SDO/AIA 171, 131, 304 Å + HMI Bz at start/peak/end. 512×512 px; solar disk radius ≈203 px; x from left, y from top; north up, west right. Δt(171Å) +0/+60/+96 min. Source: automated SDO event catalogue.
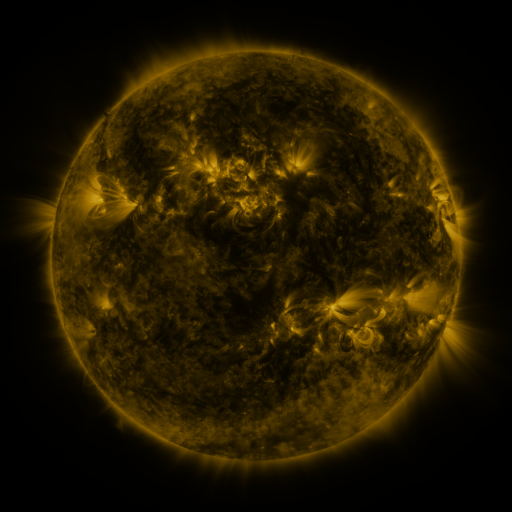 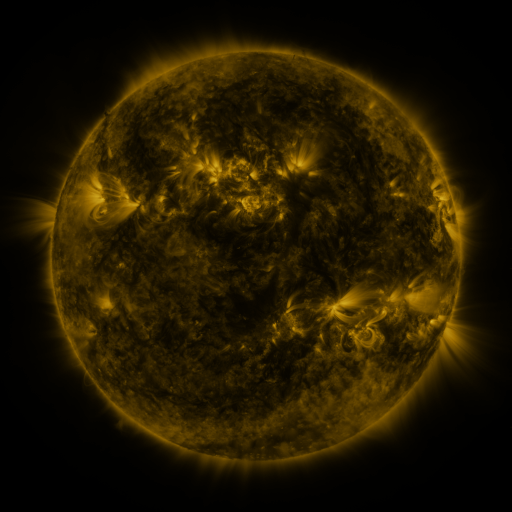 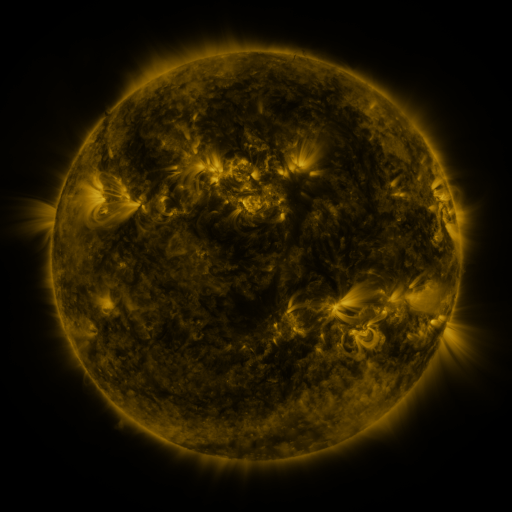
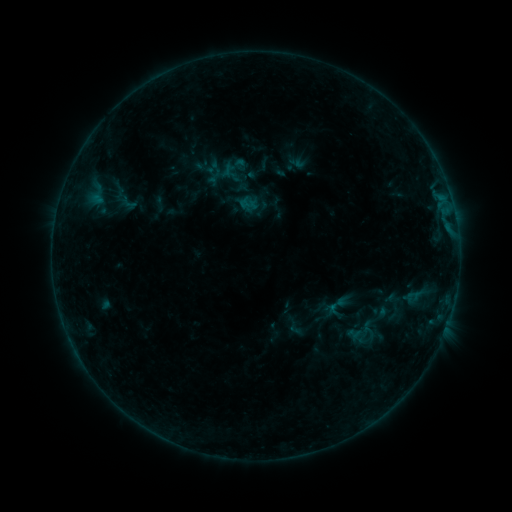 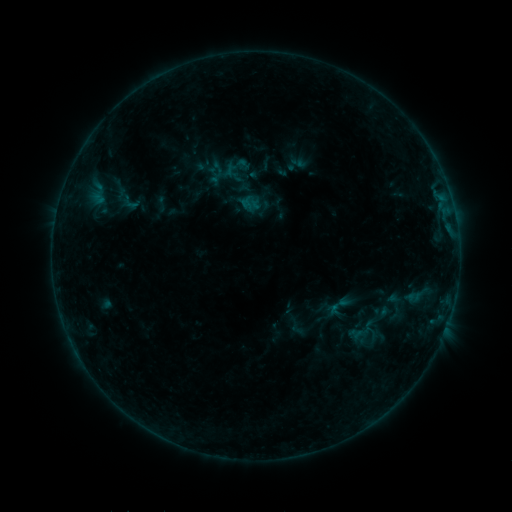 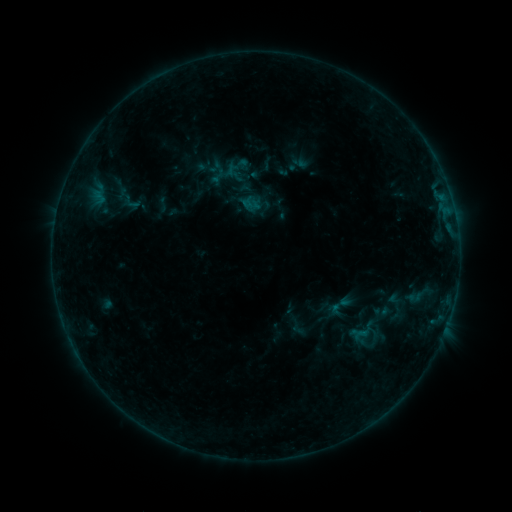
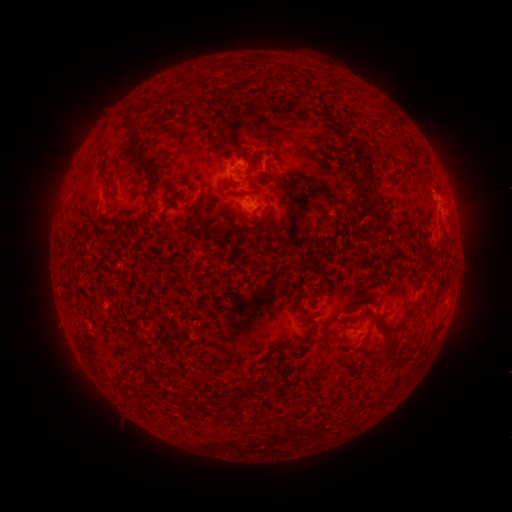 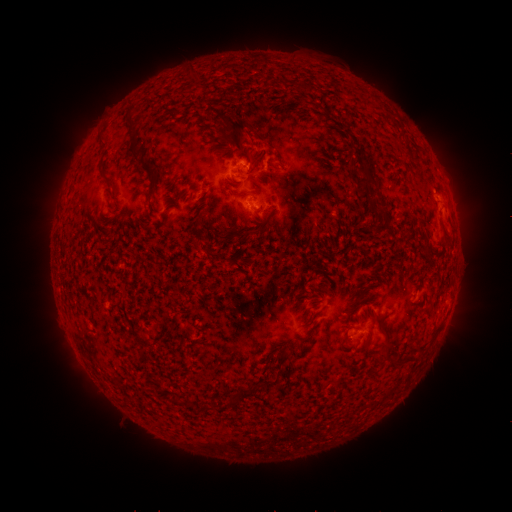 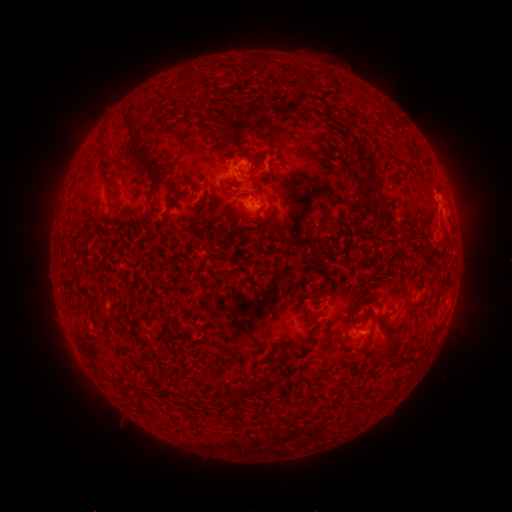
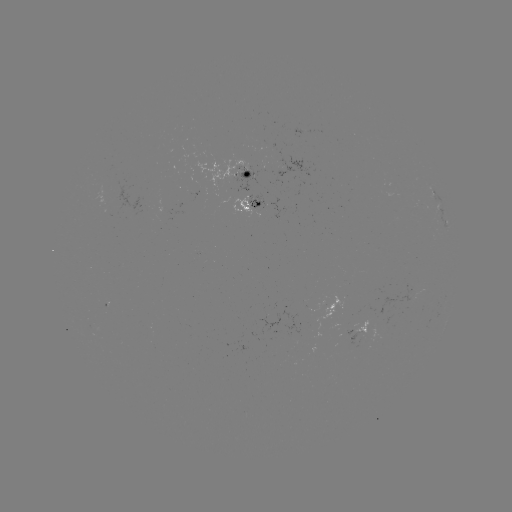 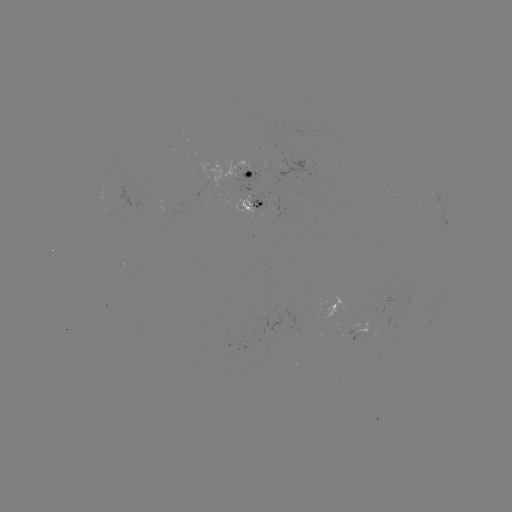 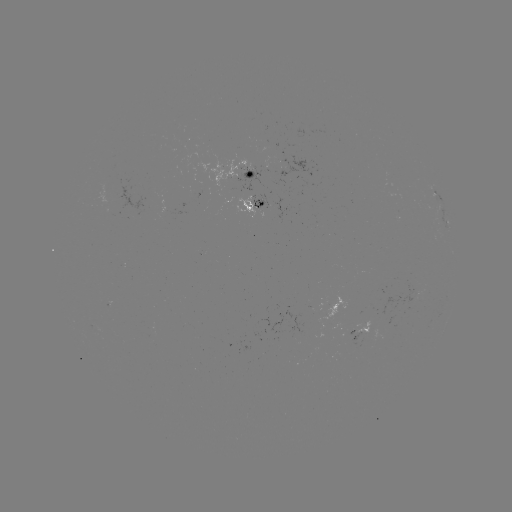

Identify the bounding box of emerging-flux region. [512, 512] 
[255, 141, 266, 144].